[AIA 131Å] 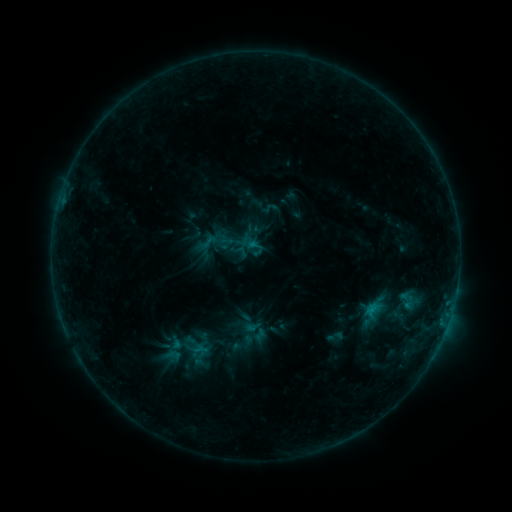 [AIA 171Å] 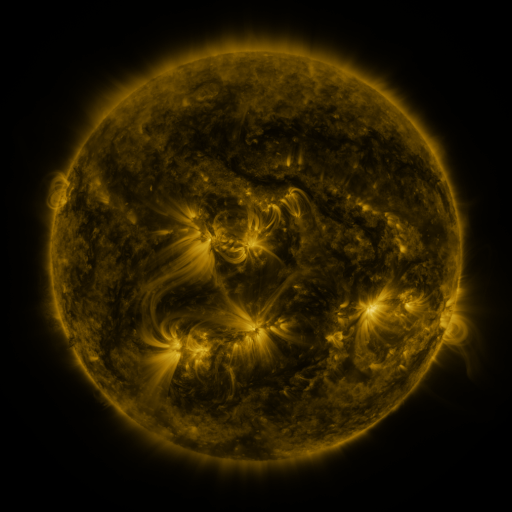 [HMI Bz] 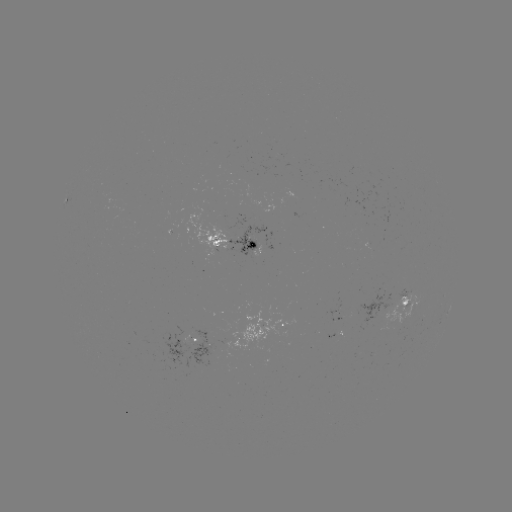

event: sigmoid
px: (270, 208)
